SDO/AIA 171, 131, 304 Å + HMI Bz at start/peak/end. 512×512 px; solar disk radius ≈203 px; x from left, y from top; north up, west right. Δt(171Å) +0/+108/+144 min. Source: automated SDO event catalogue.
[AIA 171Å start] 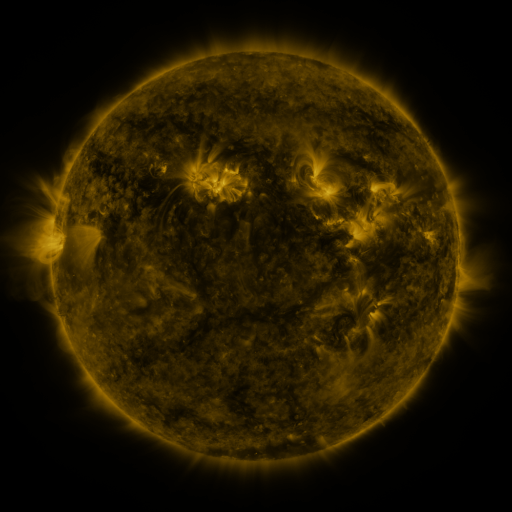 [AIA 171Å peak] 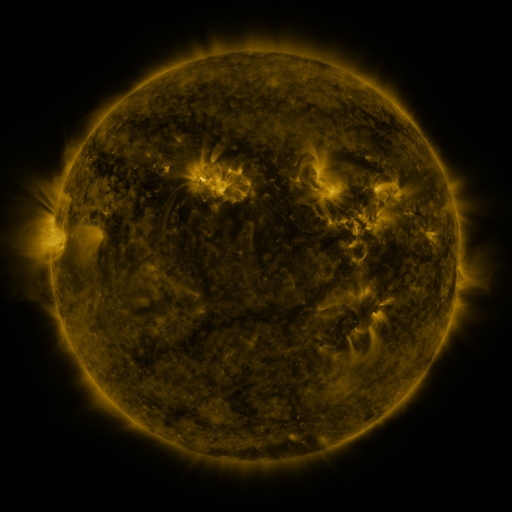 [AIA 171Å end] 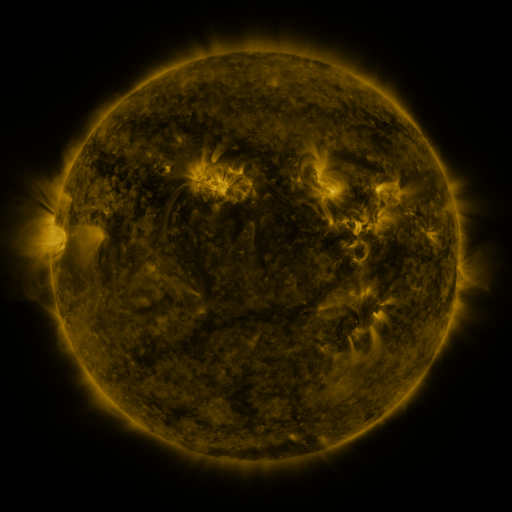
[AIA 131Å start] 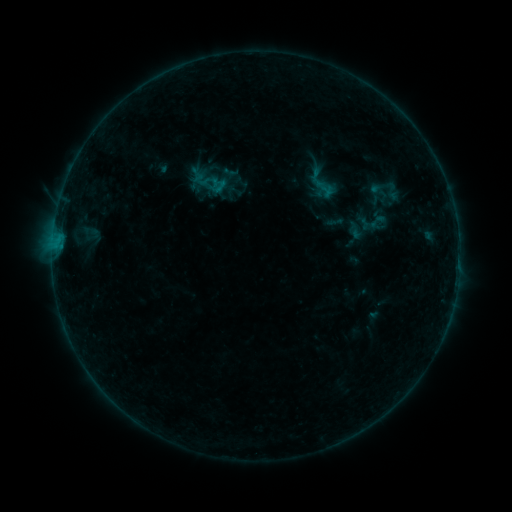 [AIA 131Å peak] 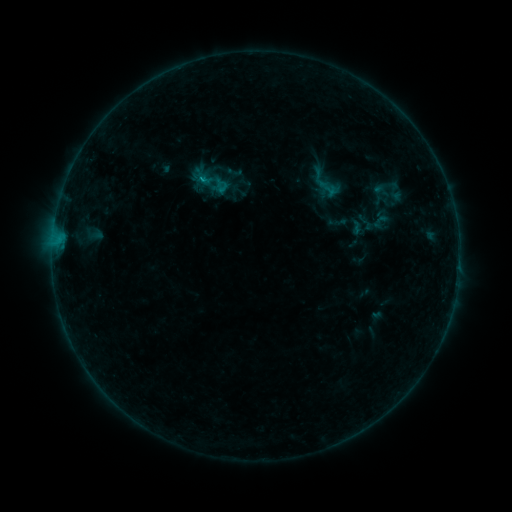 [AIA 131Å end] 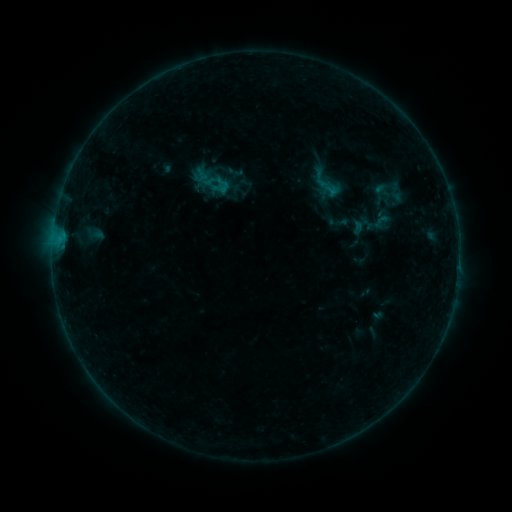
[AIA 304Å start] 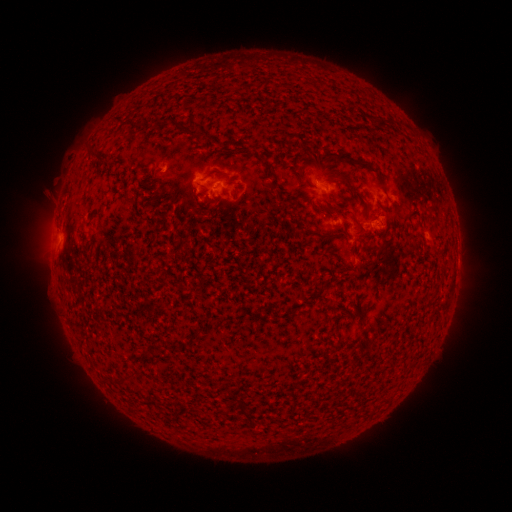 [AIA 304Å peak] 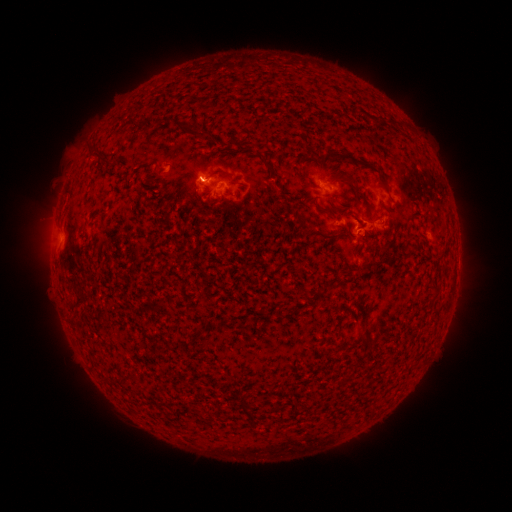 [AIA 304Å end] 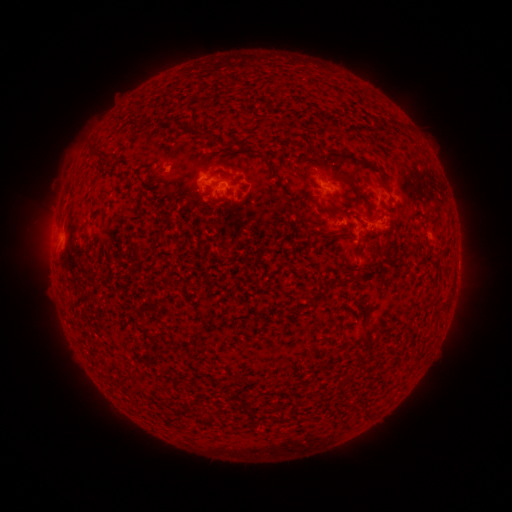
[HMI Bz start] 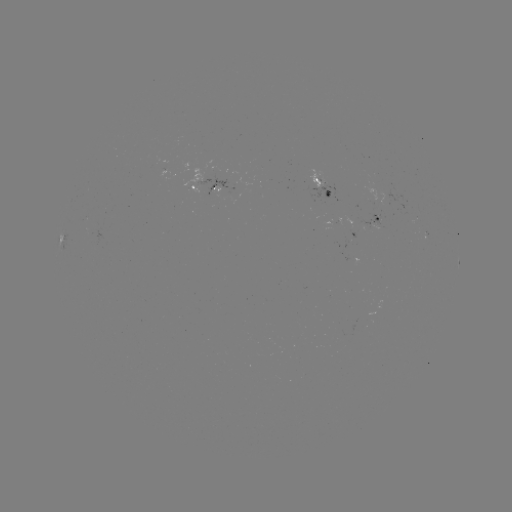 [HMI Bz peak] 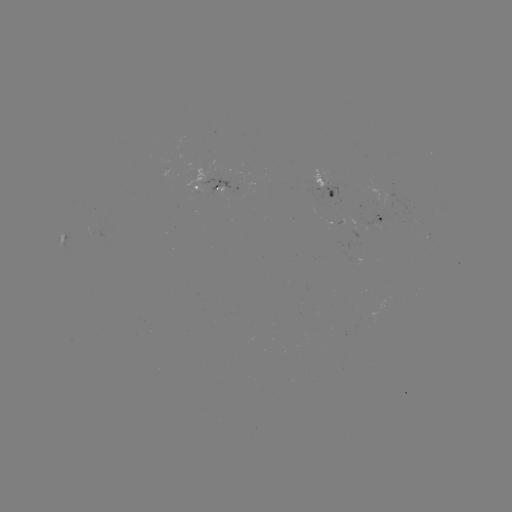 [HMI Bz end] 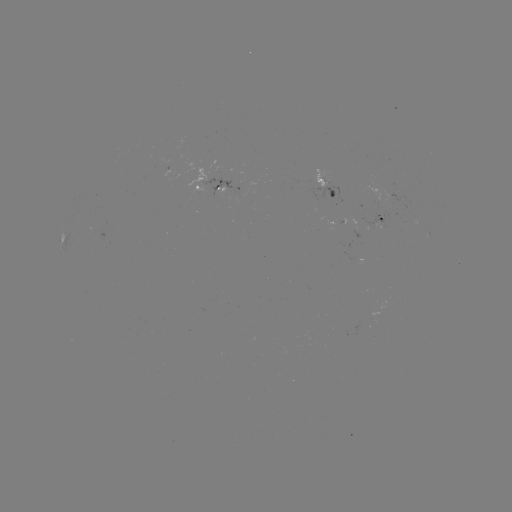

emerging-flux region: [361, 179, 413, 216]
